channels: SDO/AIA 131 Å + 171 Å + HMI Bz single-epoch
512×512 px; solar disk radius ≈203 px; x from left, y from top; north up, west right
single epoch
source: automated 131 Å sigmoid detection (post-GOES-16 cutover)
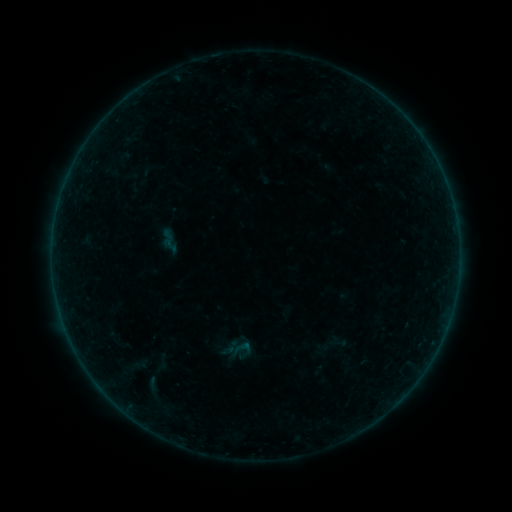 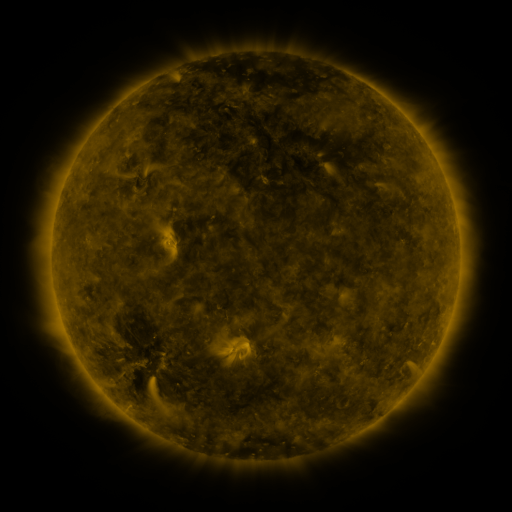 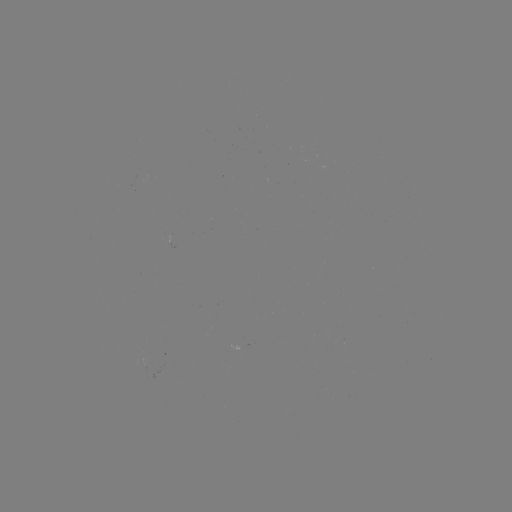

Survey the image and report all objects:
sigmoid: (232, 338, 252, 357)
